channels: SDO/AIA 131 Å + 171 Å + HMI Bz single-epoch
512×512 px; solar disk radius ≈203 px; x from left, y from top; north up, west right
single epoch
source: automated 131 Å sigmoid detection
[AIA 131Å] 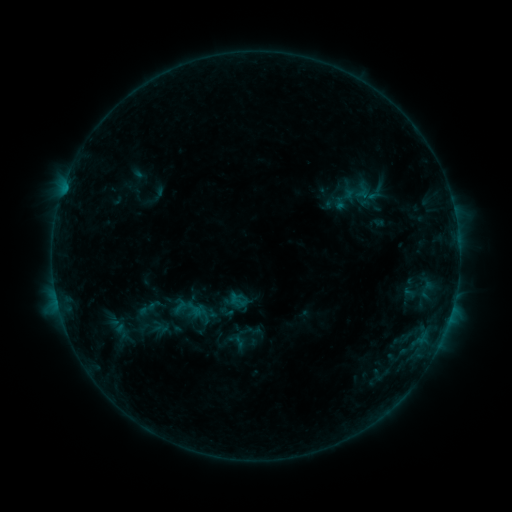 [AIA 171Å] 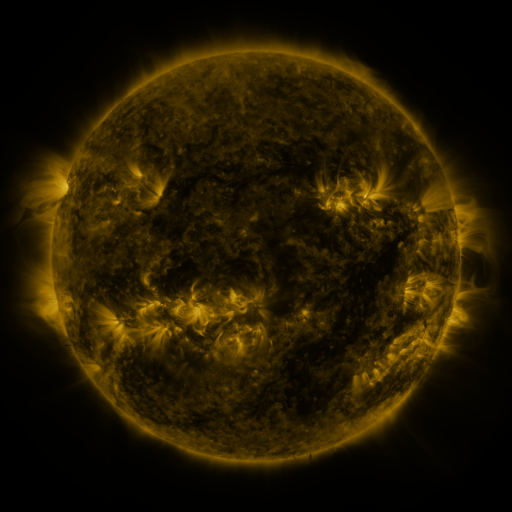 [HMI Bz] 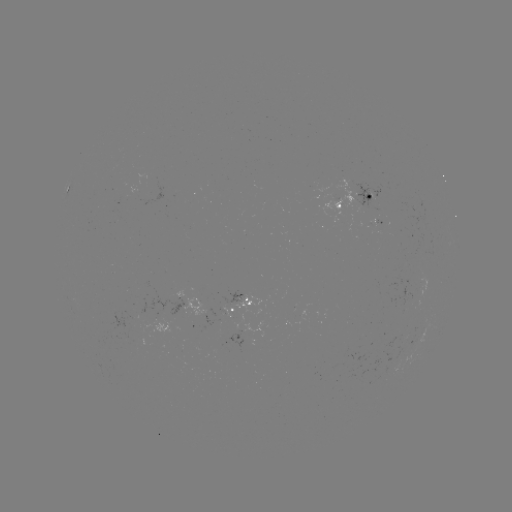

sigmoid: <bbox>135, 298, 158, 320</bbox>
